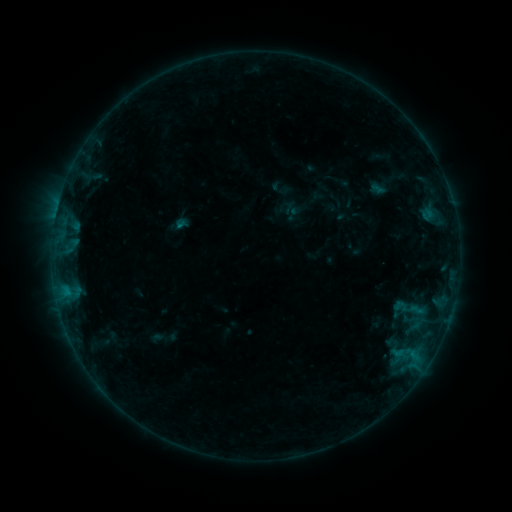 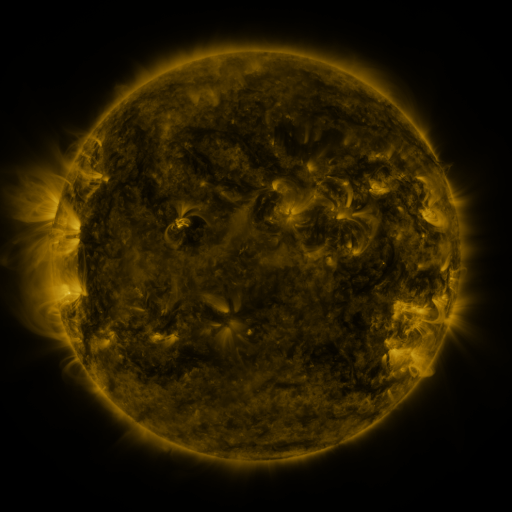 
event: sigmoid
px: (400, 307)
